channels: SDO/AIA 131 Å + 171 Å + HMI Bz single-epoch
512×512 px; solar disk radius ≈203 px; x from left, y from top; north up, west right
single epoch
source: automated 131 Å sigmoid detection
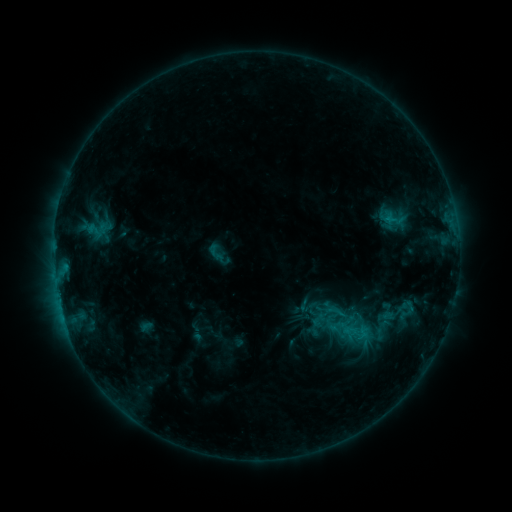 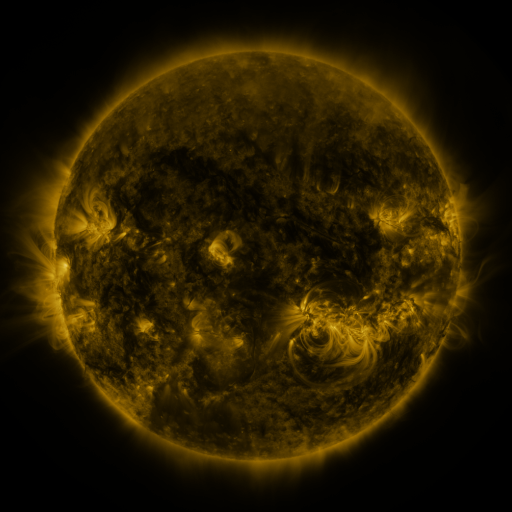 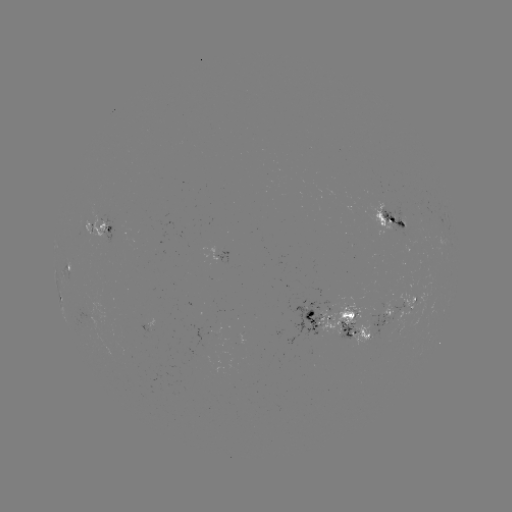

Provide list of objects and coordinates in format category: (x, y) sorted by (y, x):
sigmoid: (216, 253)
sigmoid: (329, 324)
